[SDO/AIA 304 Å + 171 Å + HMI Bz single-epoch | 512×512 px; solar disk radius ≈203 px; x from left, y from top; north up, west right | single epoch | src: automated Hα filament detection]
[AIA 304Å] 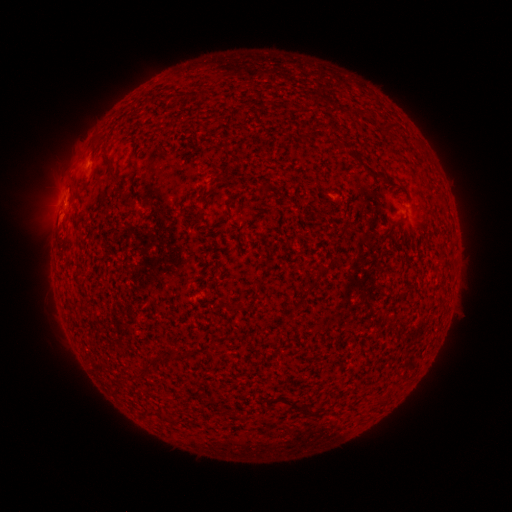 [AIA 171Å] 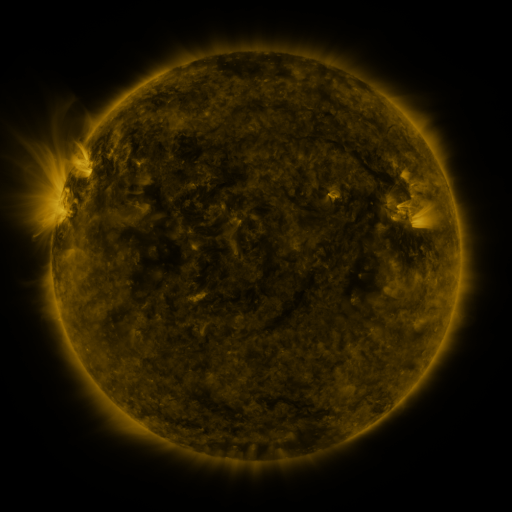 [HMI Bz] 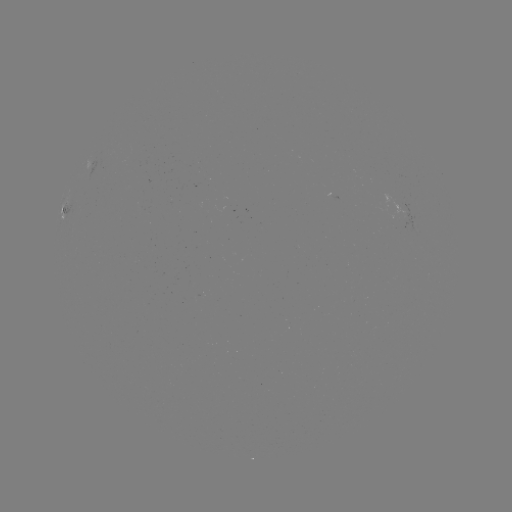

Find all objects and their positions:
filament: [384, 121, 398, 135]
filament: [102, 153, 115, 179]
filament: [122, 197, 133, 206]
filament: [253, 278, 265, 290]
filament: [167, 348, 190, 361]
filament: [276, 395, 316, 417]
